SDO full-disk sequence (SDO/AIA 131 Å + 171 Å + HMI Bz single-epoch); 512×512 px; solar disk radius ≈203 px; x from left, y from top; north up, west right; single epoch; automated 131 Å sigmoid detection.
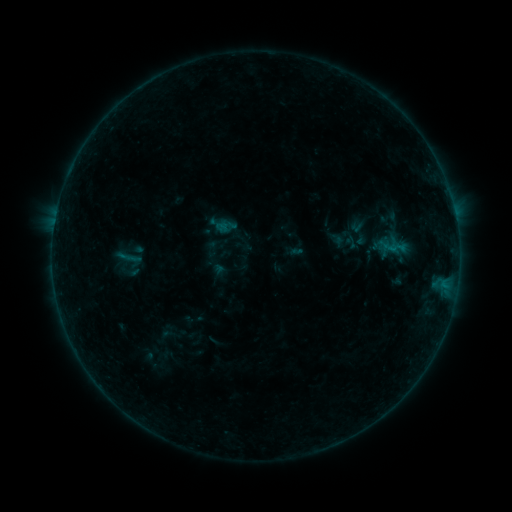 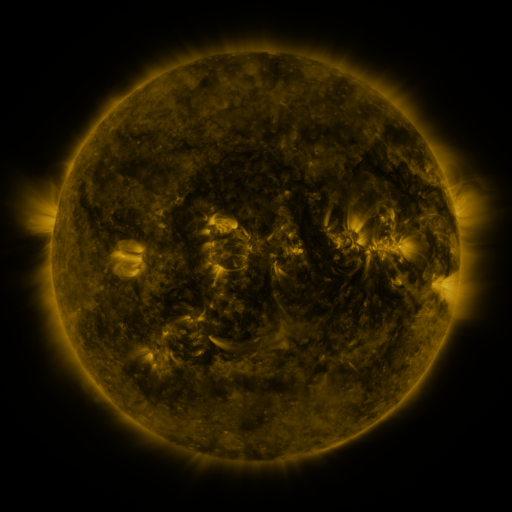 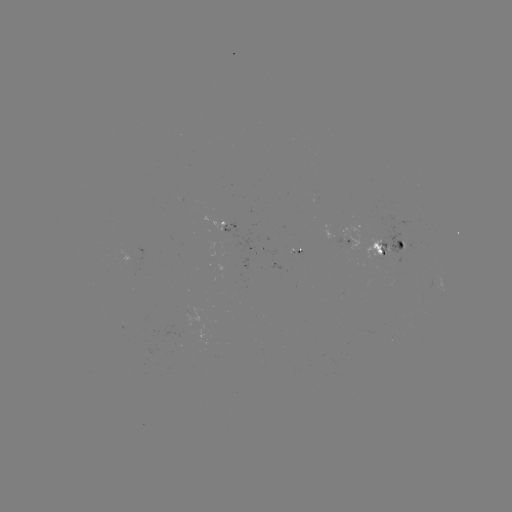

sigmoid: (115, 241, 142, 273)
